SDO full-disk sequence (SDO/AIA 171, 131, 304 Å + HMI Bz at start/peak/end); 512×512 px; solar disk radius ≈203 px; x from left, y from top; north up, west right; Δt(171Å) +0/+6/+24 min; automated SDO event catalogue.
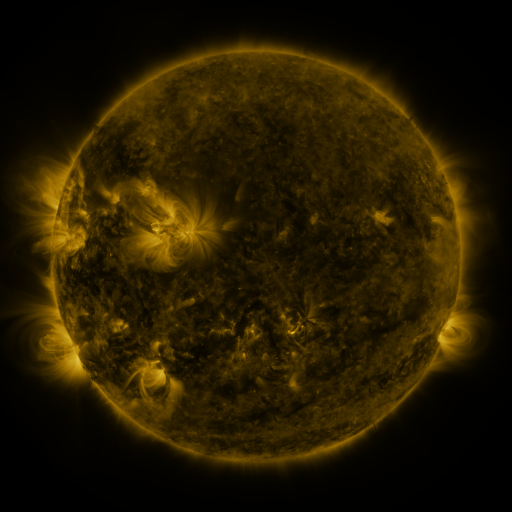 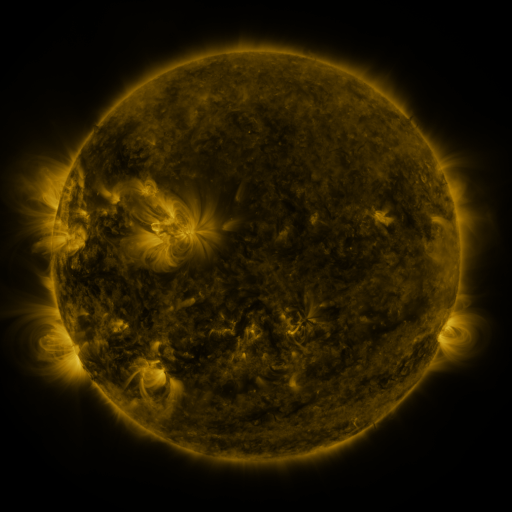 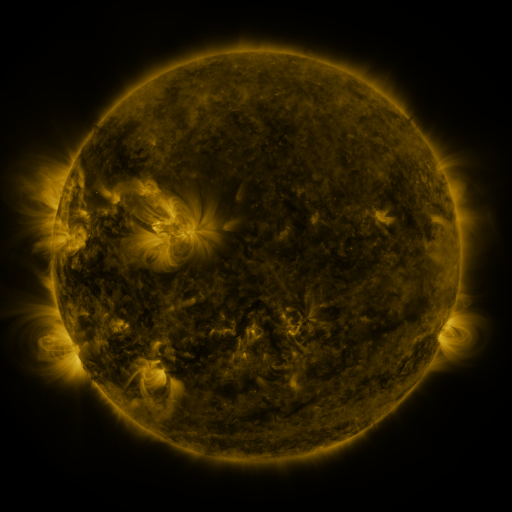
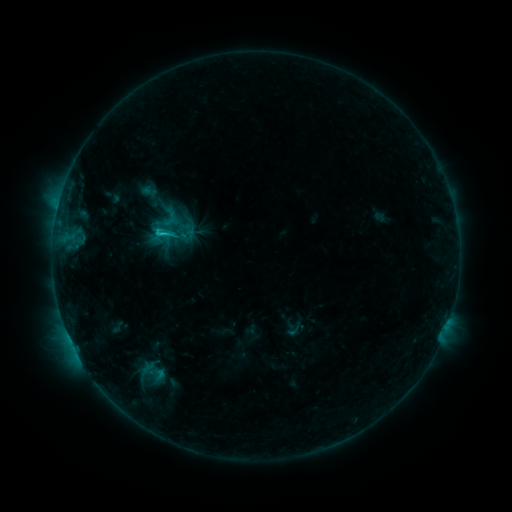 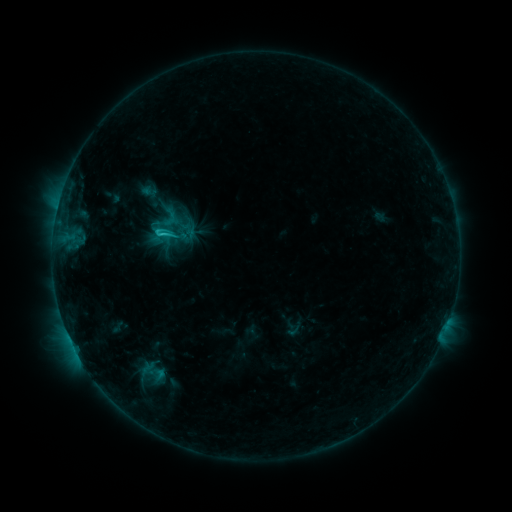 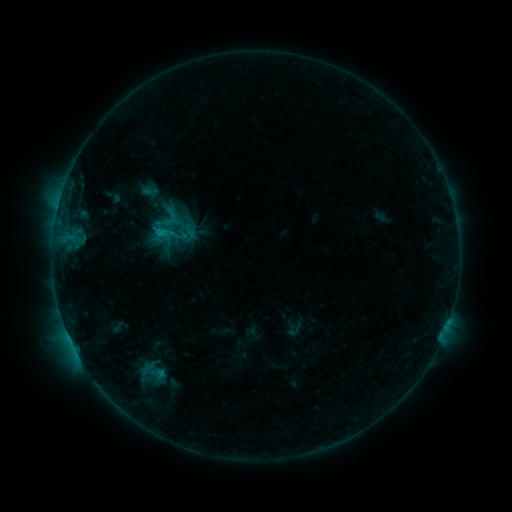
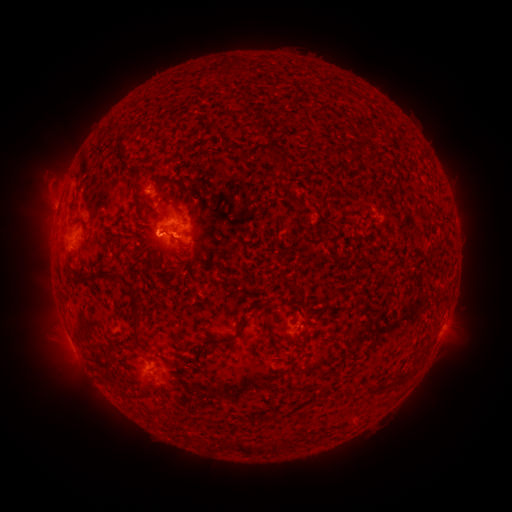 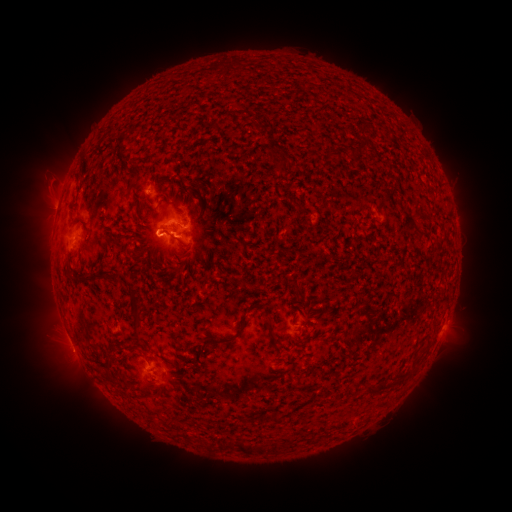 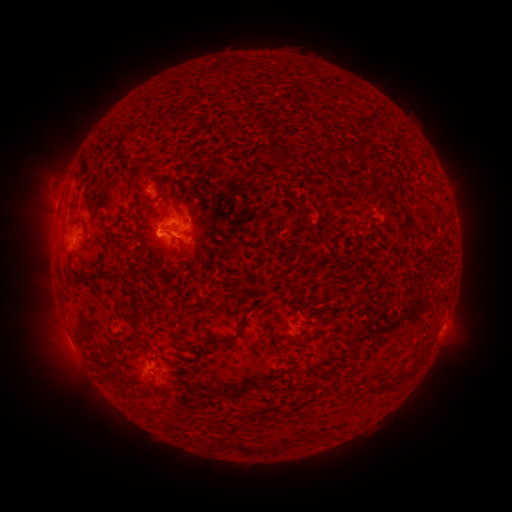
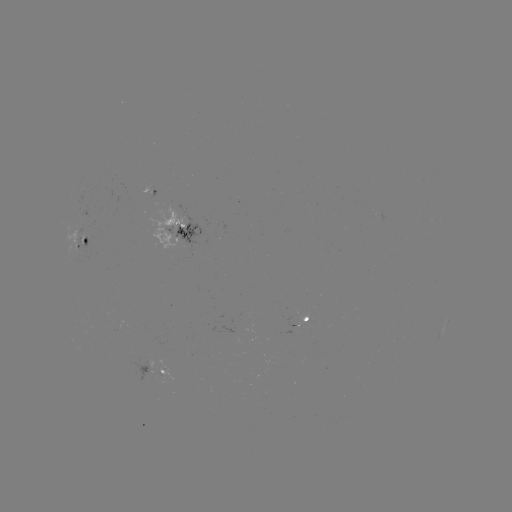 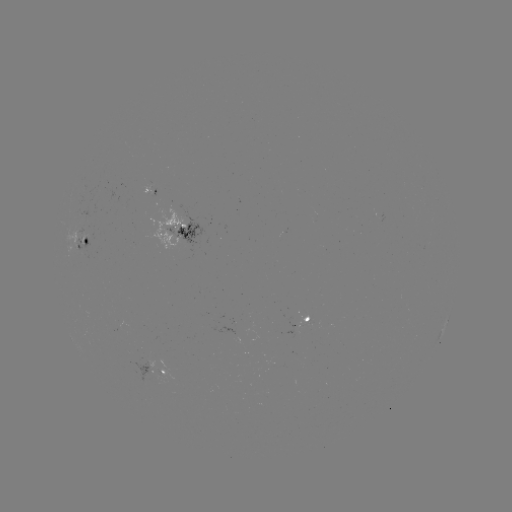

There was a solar flare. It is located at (165, 235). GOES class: C1.5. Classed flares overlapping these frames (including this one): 2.